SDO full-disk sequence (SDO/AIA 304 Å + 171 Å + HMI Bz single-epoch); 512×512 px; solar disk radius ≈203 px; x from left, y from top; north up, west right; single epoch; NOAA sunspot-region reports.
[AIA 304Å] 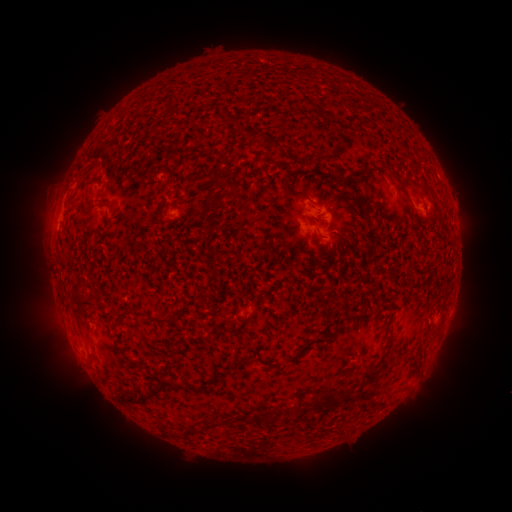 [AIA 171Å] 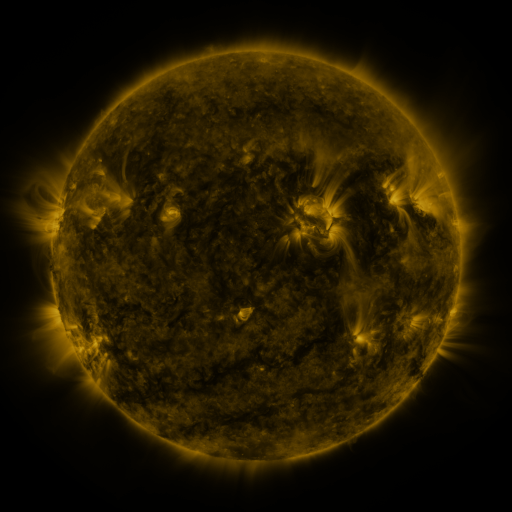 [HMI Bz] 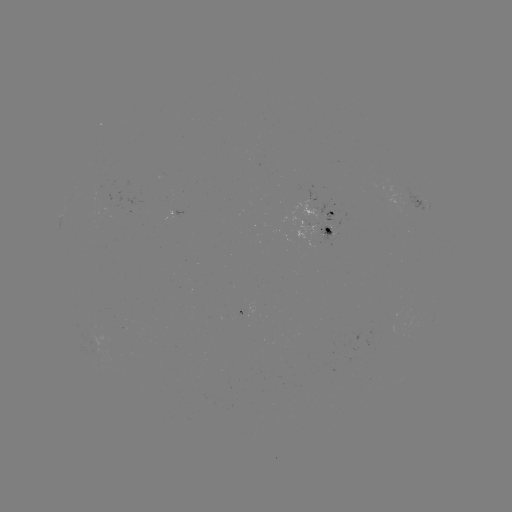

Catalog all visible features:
spotted active region: (419, 203)
spotted active region: (317, 207)
spotted active region: (174, 218)
spotted active region: (318, 228)
